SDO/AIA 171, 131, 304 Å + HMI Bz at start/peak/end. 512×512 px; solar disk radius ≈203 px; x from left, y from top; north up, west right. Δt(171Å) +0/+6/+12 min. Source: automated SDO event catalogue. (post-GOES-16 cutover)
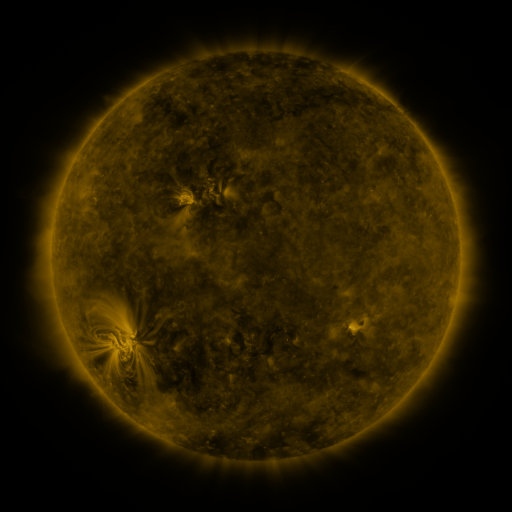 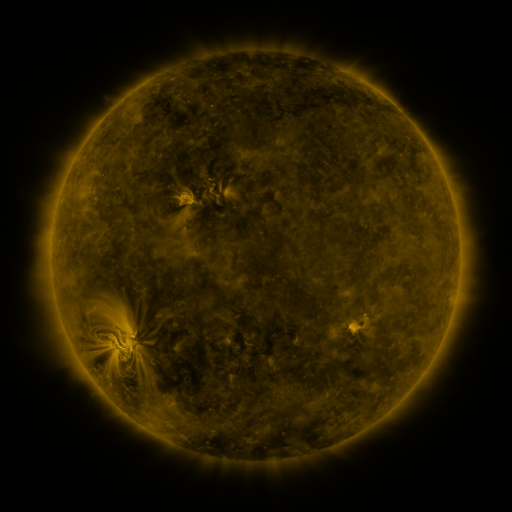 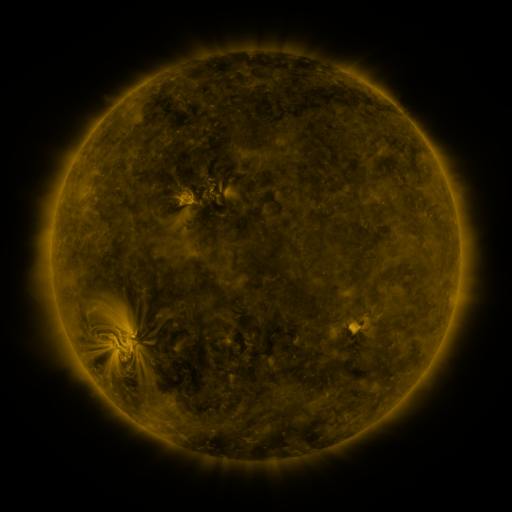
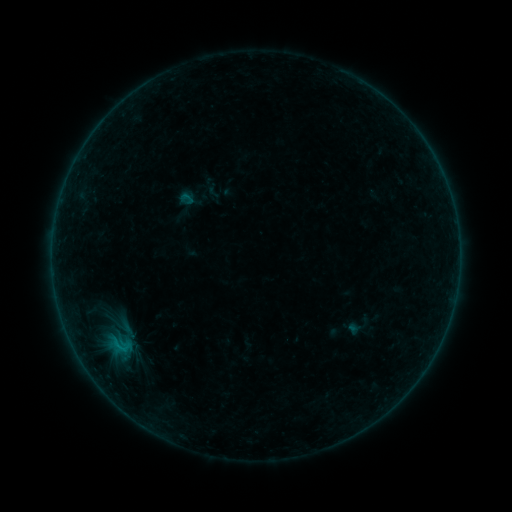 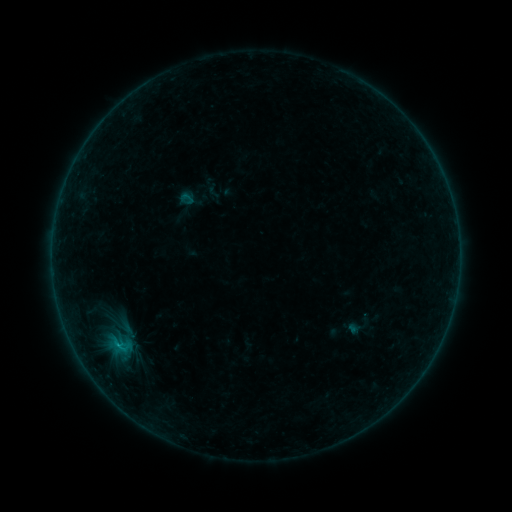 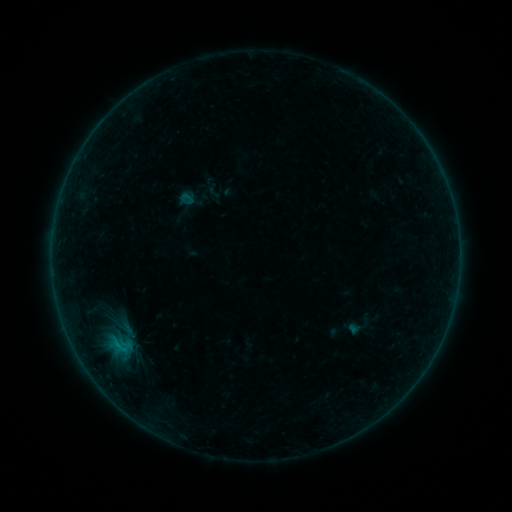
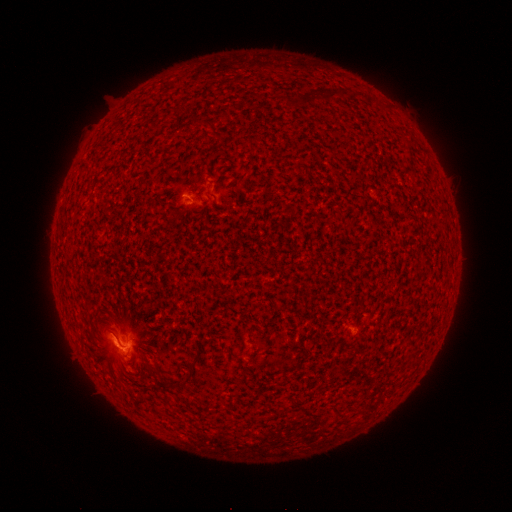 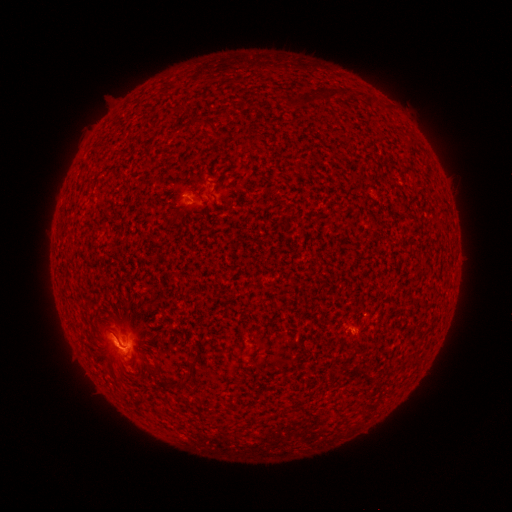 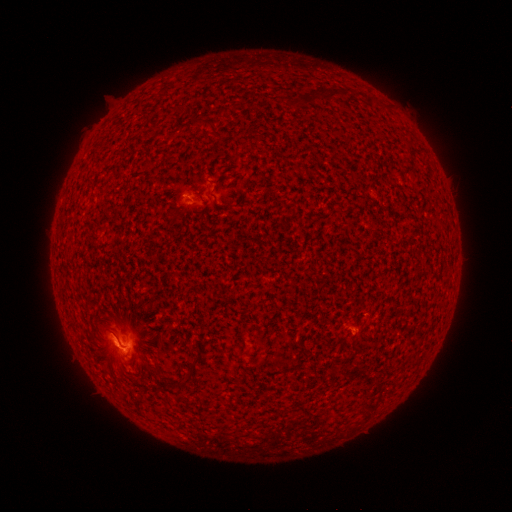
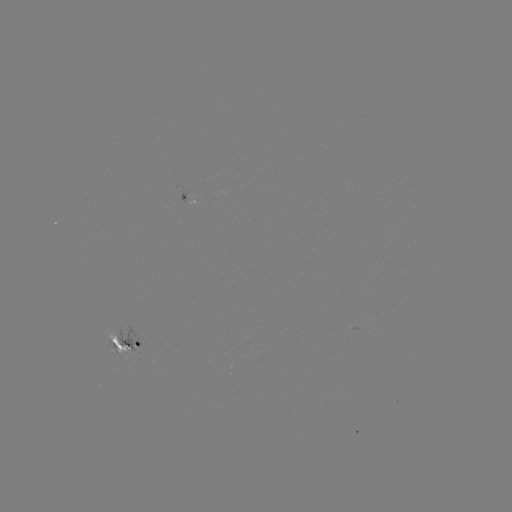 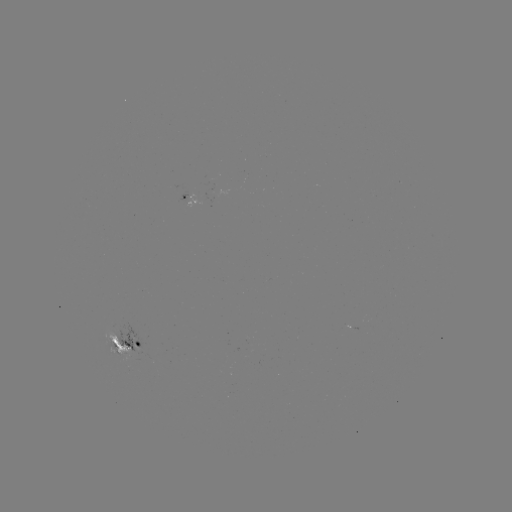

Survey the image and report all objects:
B5.4 flare: (121, 344)
